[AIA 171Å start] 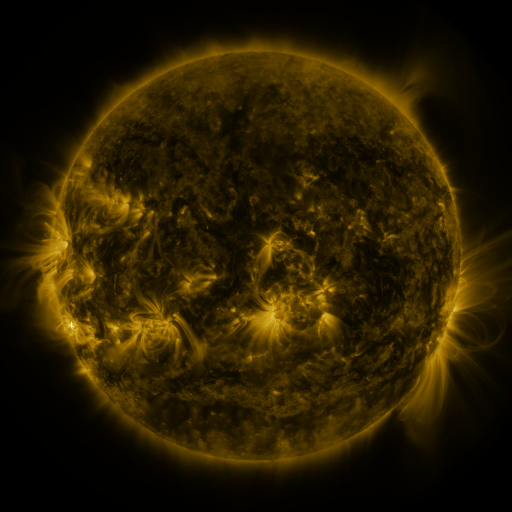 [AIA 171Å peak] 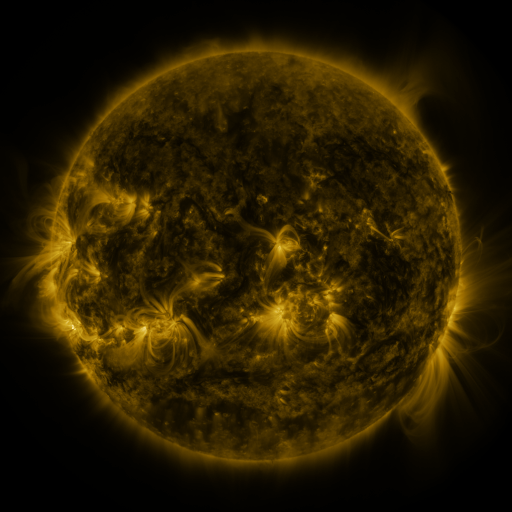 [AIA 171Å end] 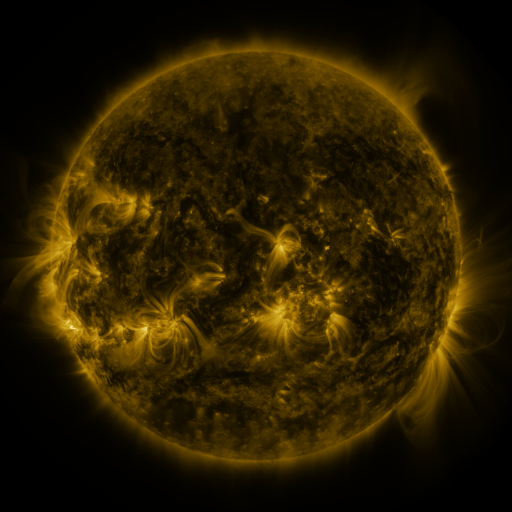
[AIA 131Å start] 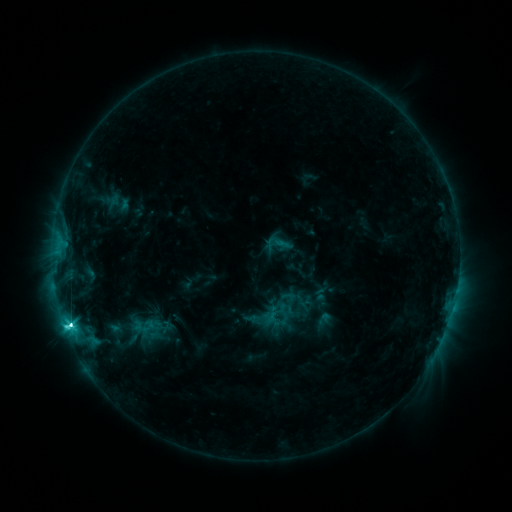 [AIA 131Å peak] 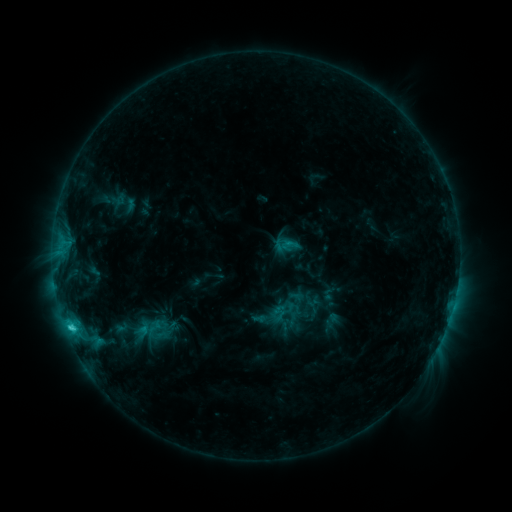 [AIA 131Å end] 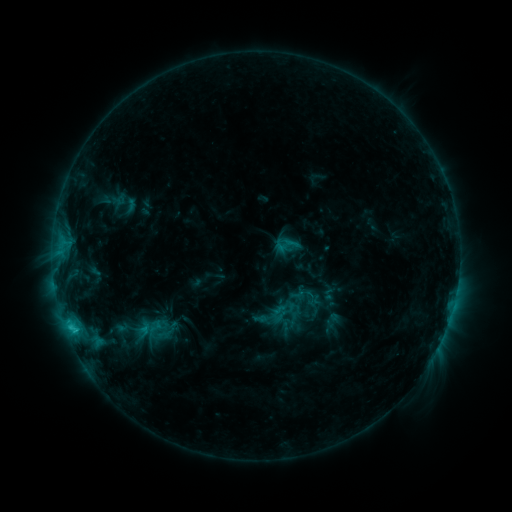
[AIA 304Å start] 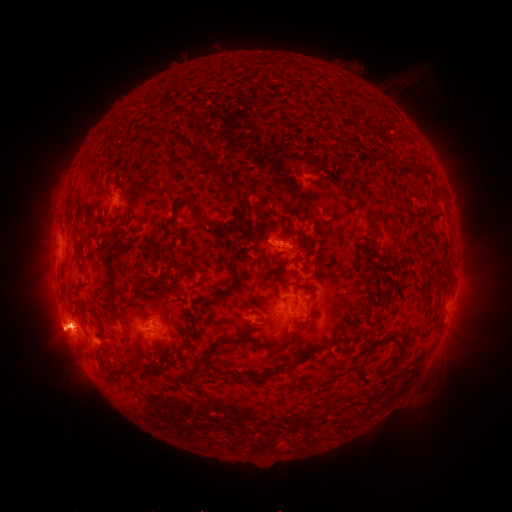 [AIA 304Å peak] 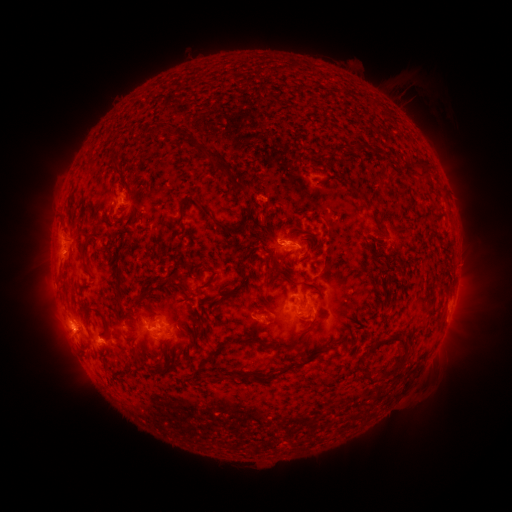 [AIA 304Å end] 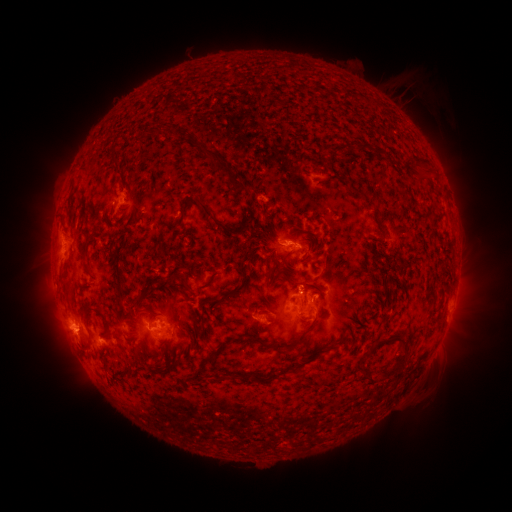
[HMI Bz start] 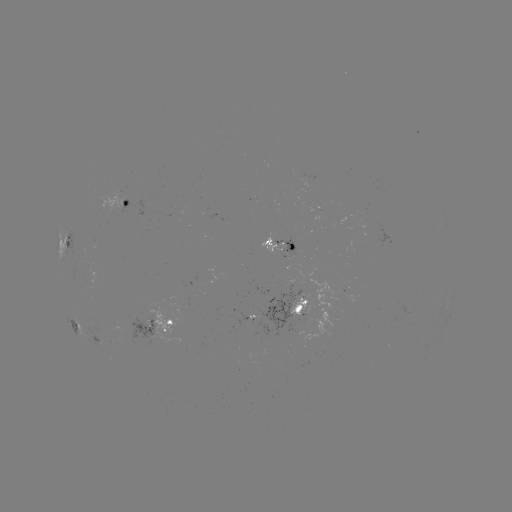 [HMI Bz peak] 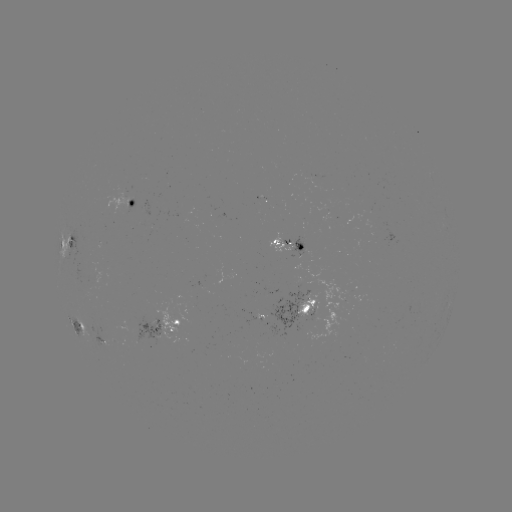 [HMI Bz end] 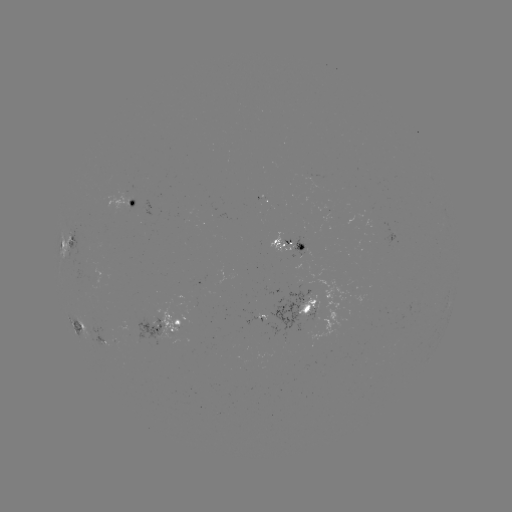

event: emerging-flux region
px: (303, 223)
